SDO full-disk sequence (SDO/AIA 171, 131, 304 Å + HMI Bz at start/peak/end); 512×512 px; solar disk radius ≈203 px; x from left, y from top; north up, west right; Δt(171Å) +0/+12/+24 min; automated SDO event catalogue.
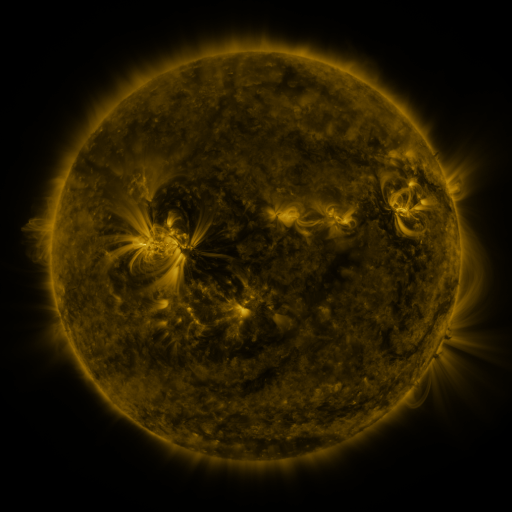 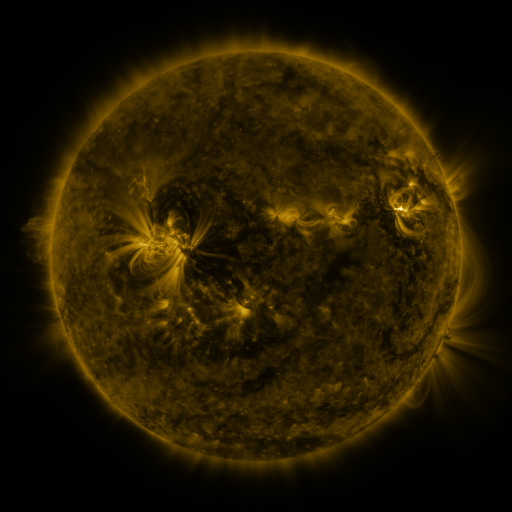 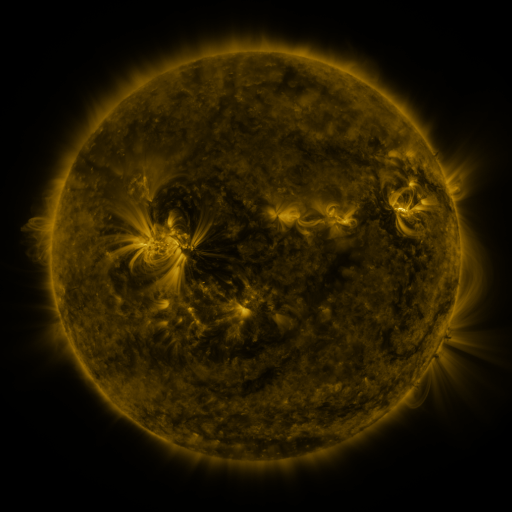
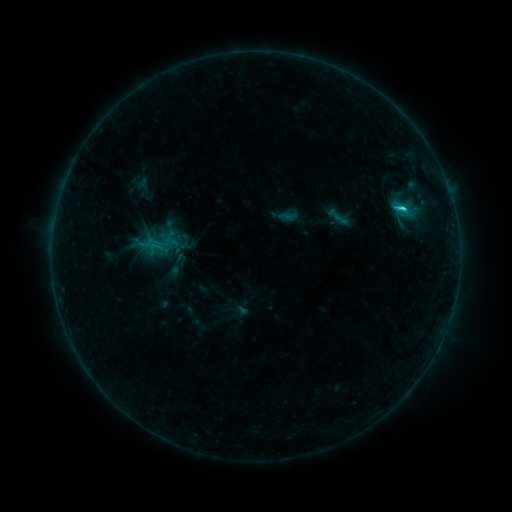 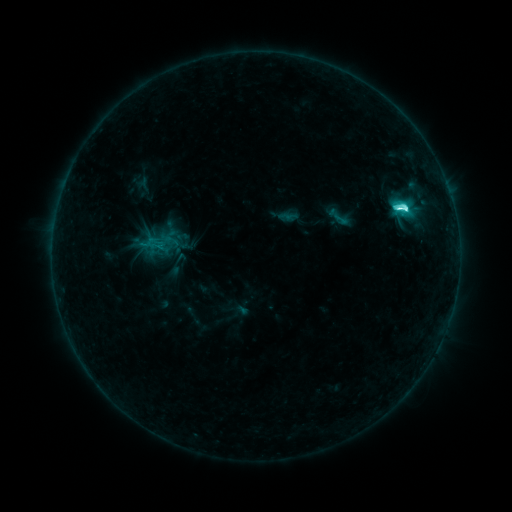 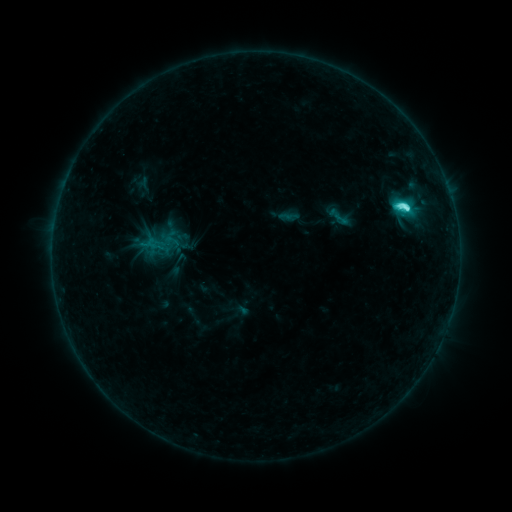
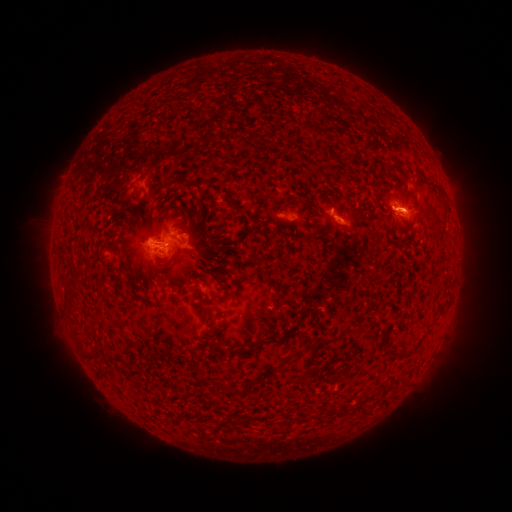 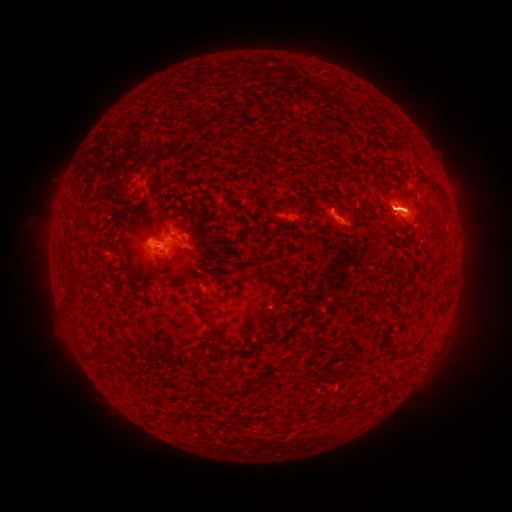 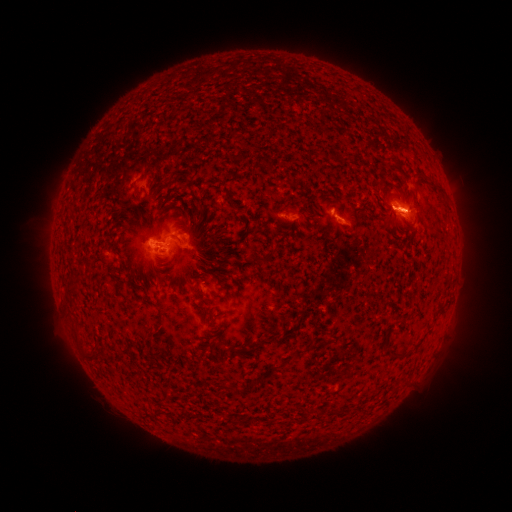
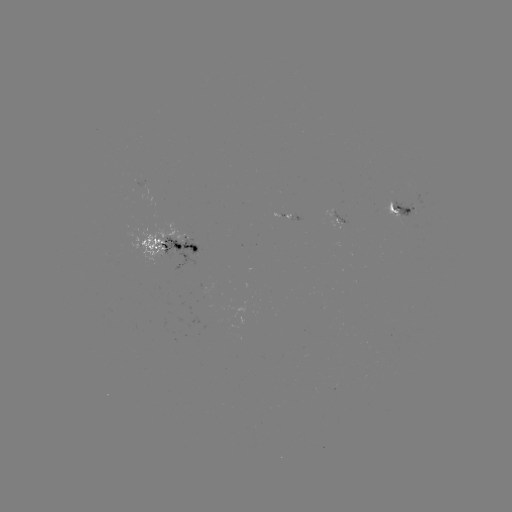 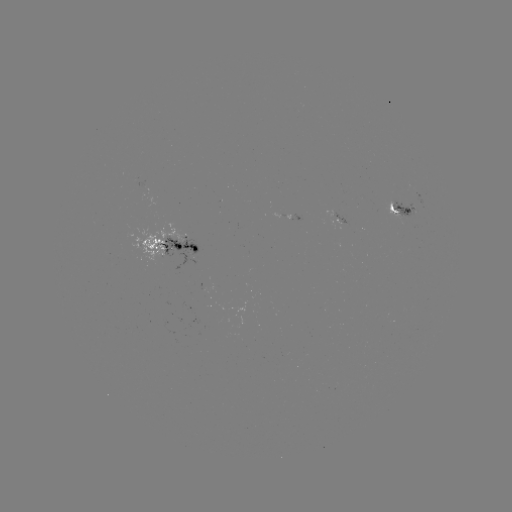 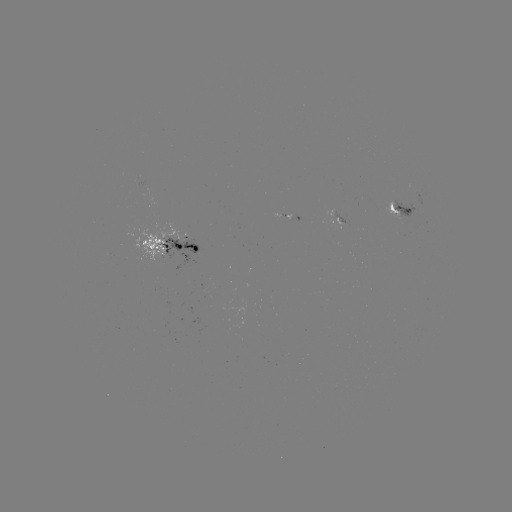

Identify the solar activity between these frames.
C7.2 flare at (406, 209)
